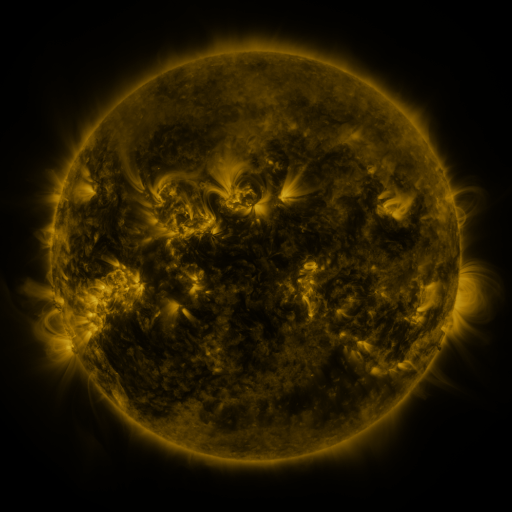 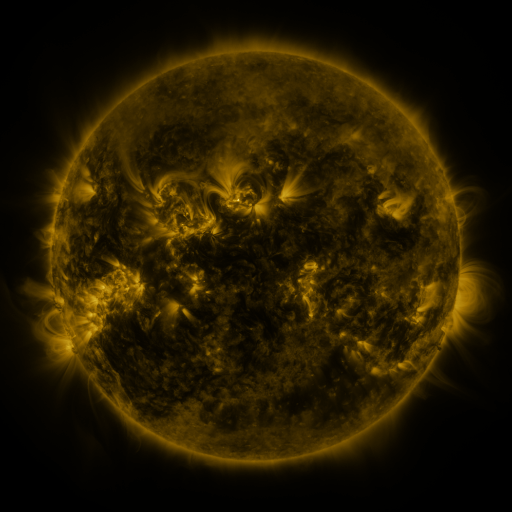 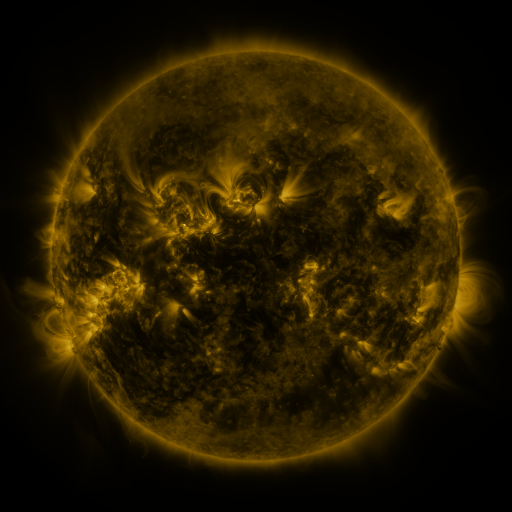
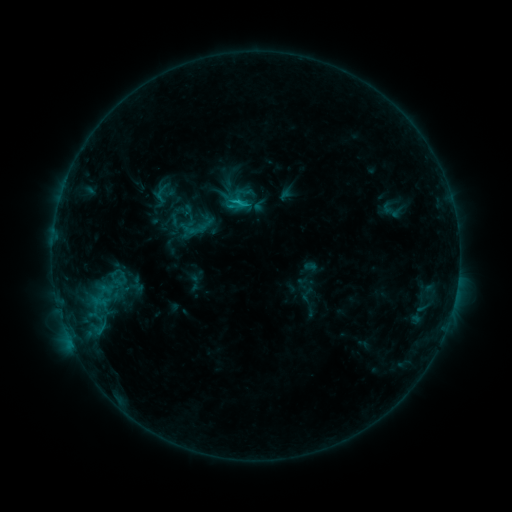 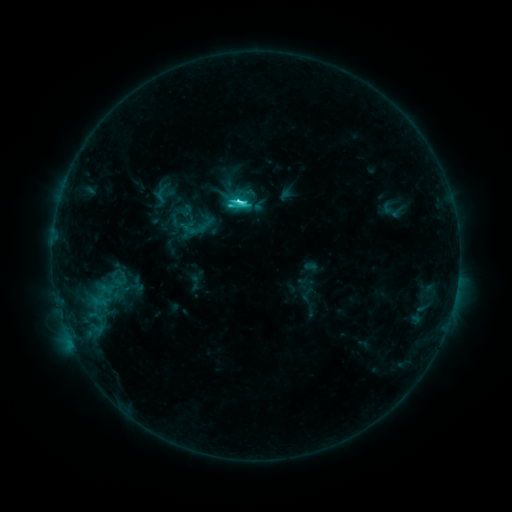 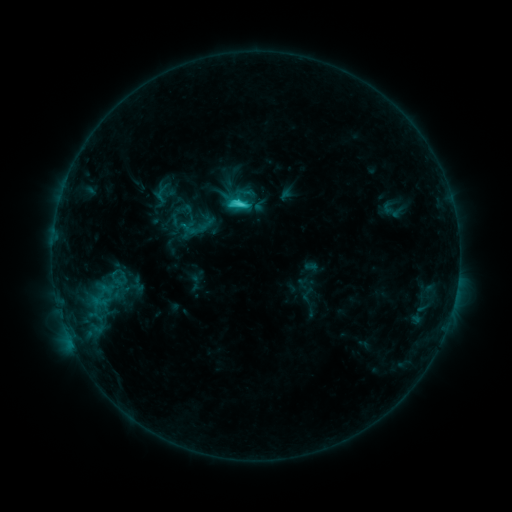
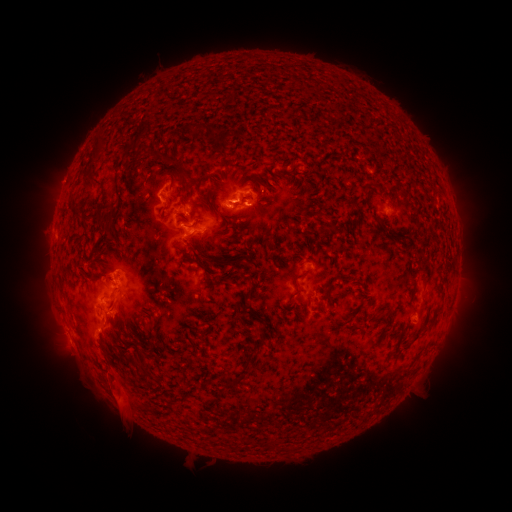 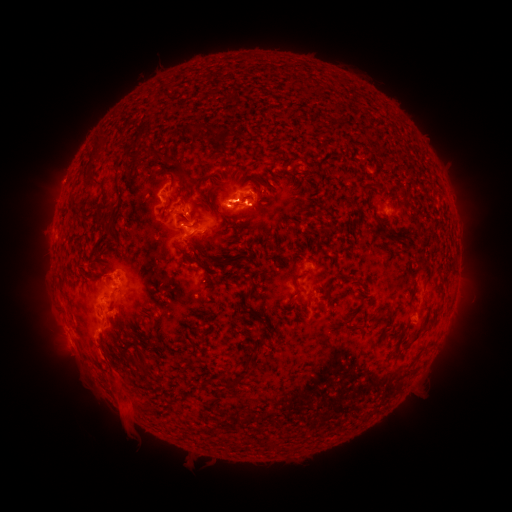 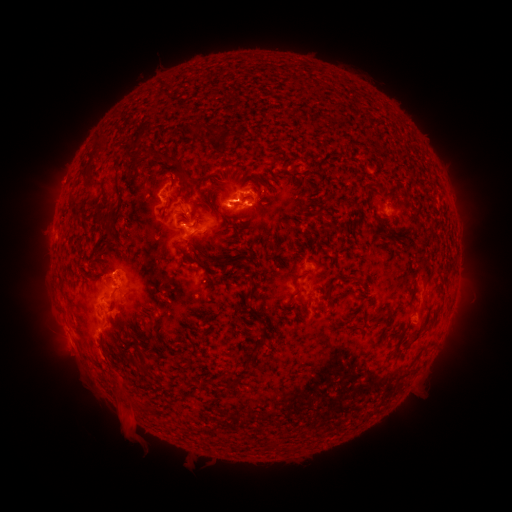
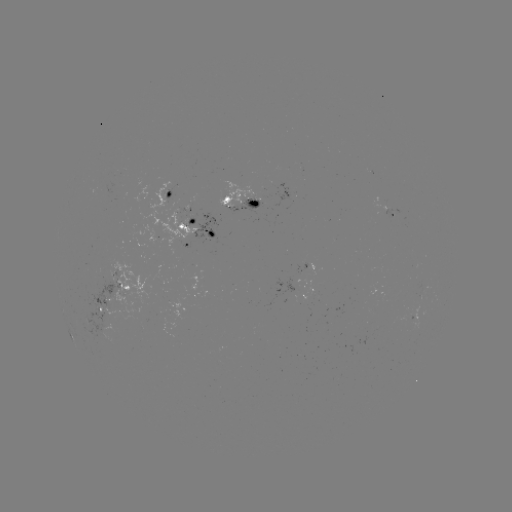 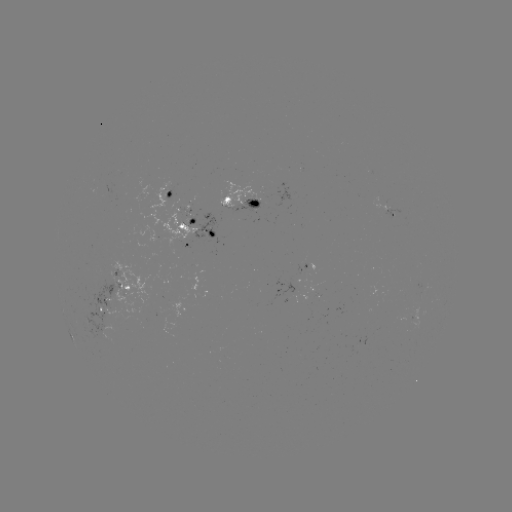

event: flare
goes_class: C4.2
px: (242, 202)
